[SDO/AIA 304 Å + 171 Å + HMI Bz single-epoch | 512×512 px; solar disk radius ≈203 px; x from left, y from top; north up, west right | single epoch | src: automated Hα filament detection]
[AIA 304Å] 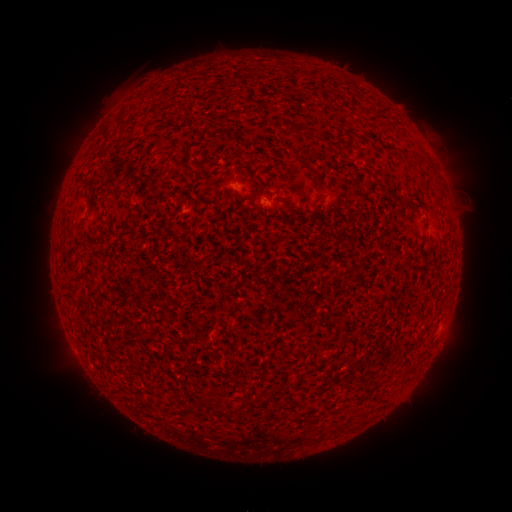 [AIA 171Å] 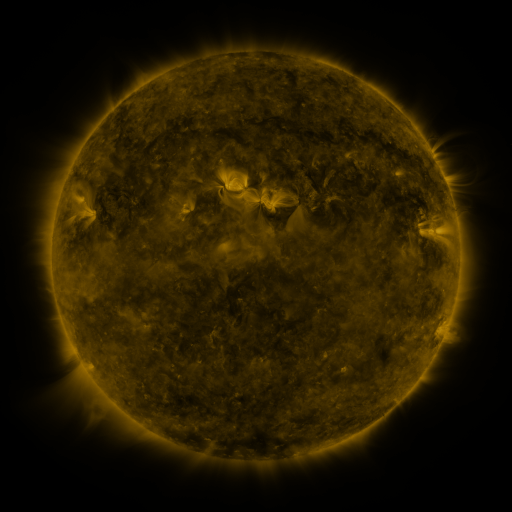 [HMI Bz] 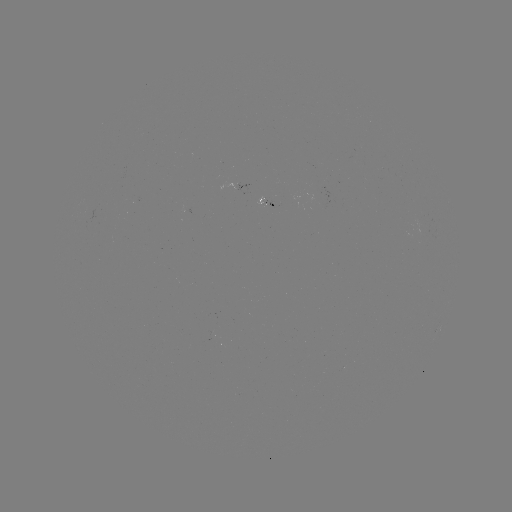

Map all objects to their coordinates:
filament: [295, 125, 316, 135]
filament: [289, 159, 301, 166]
filament: [117, 187, 127, 195]
